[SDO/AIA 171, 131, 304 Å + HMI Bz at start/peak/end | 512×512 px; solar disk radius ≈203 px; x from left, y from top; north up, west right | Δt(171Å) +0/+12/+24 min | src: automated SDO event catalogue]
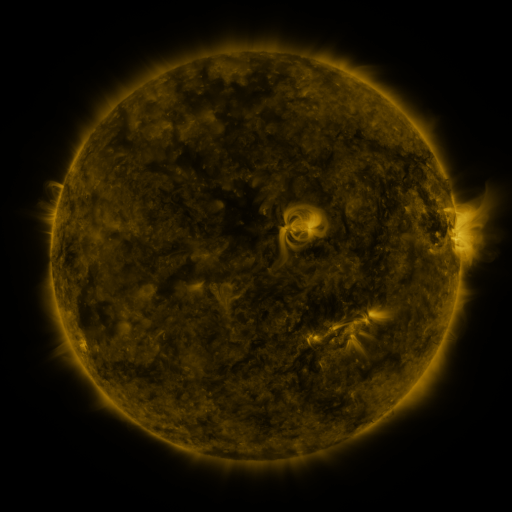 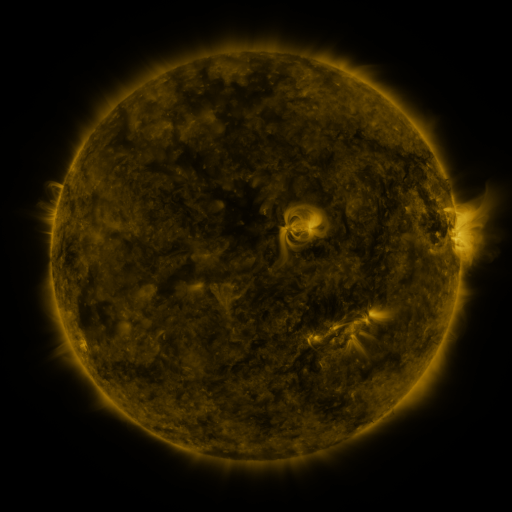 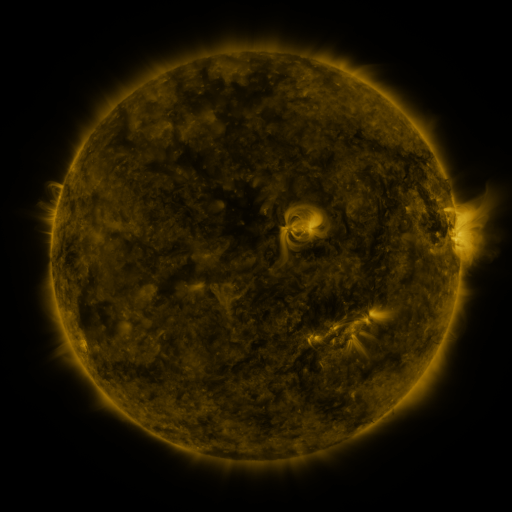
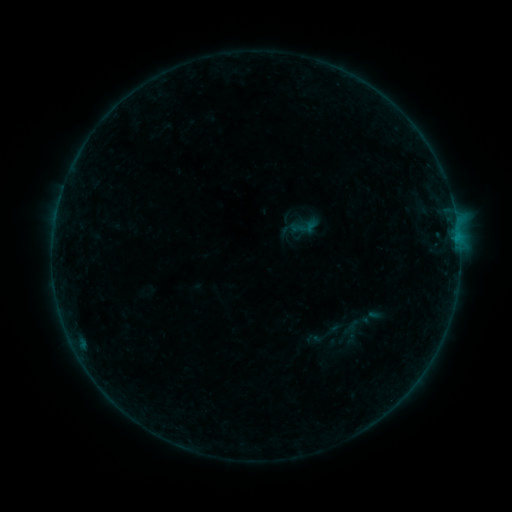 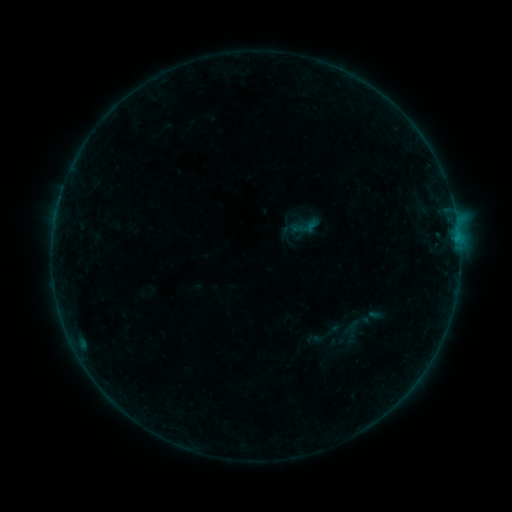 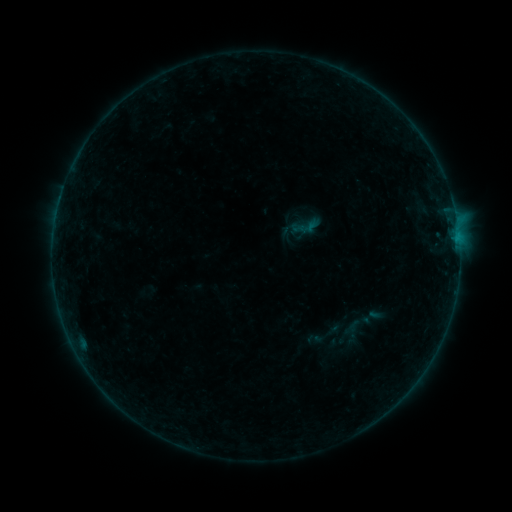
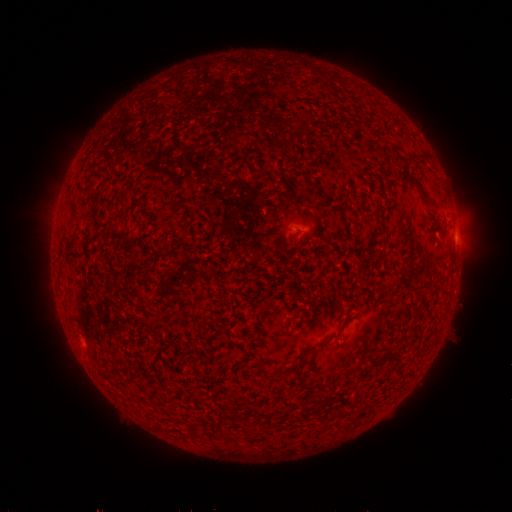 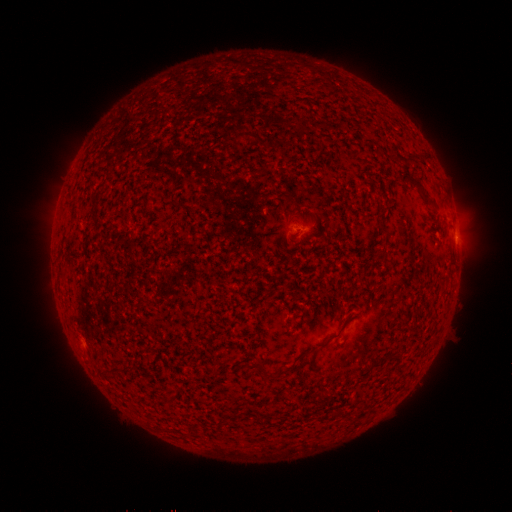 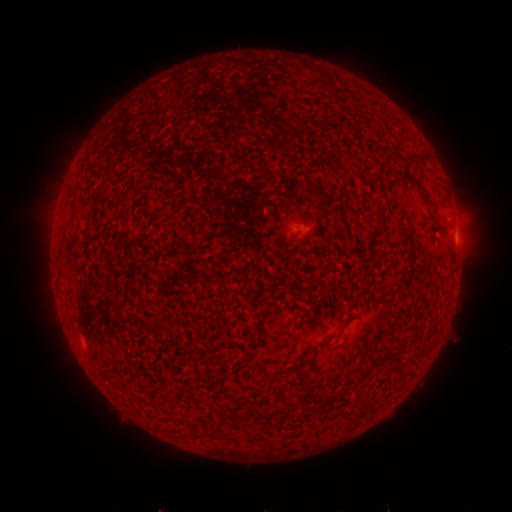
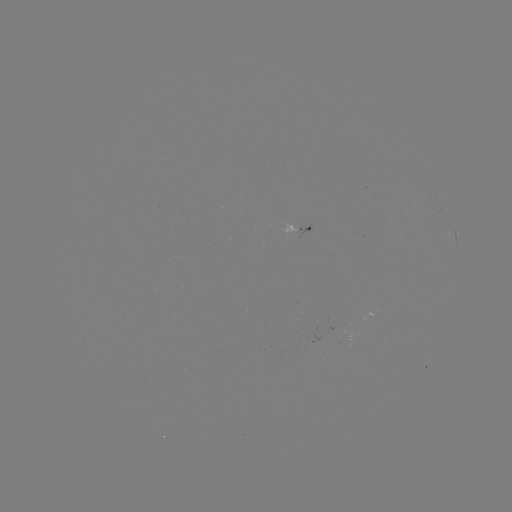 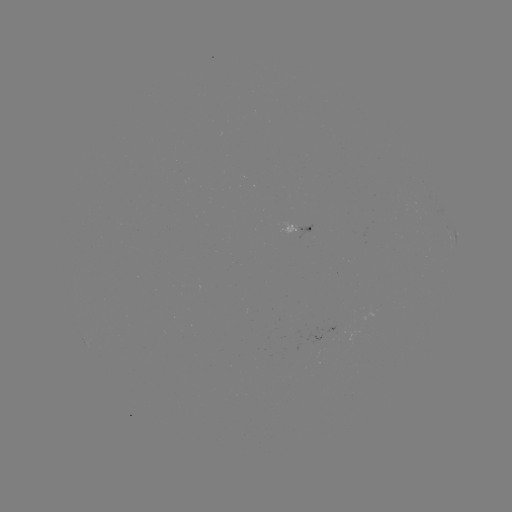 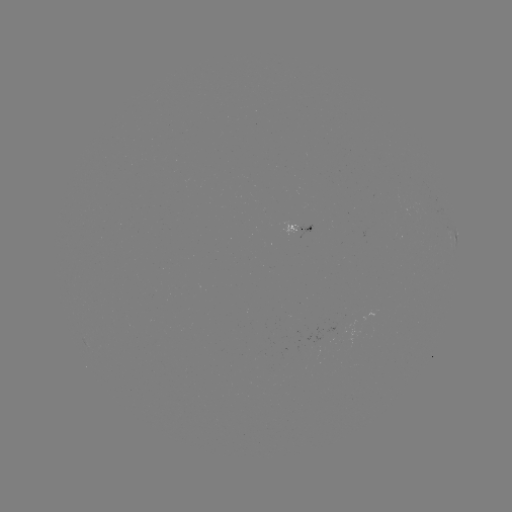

no flare in any classed list; no EUV-trigger detection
